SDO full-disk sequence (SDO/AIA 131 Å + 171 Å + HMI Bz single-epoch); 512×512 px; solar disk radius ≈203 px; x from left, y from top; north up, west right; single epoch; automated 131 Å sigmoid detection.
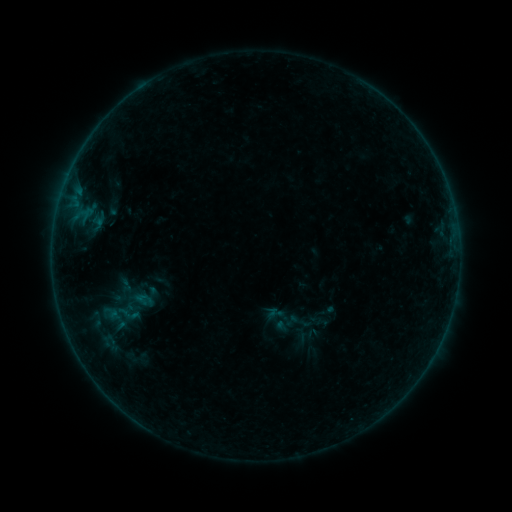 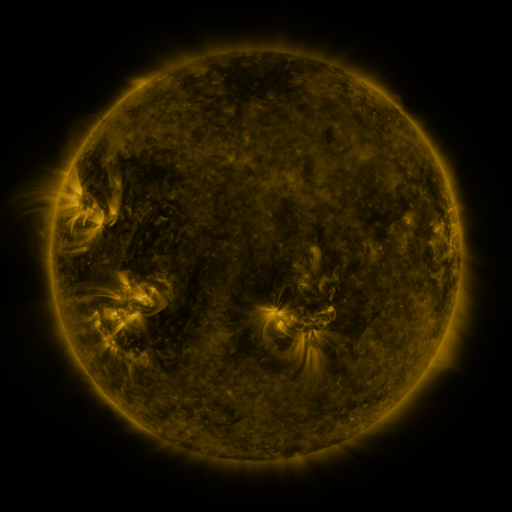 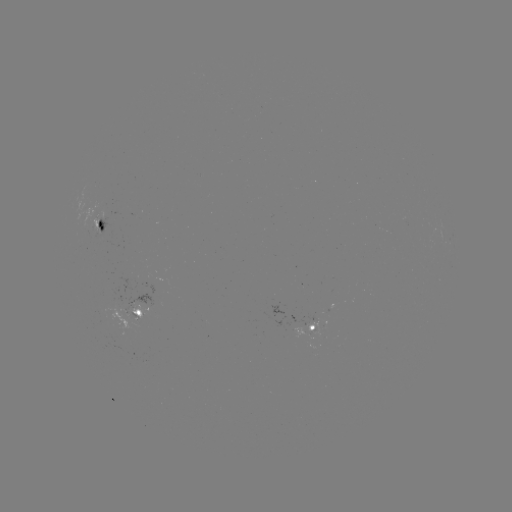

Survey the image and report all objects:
sigmoid: (128, 314)
